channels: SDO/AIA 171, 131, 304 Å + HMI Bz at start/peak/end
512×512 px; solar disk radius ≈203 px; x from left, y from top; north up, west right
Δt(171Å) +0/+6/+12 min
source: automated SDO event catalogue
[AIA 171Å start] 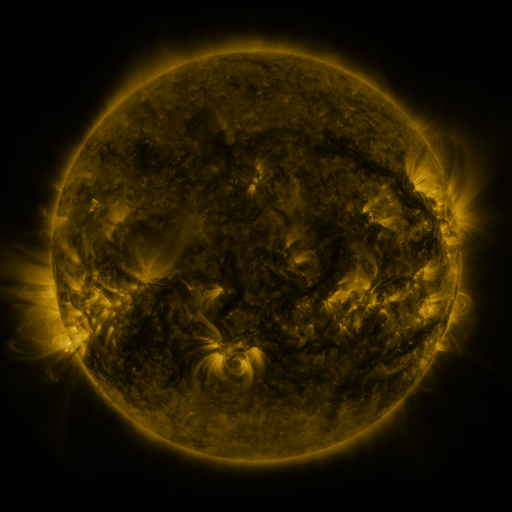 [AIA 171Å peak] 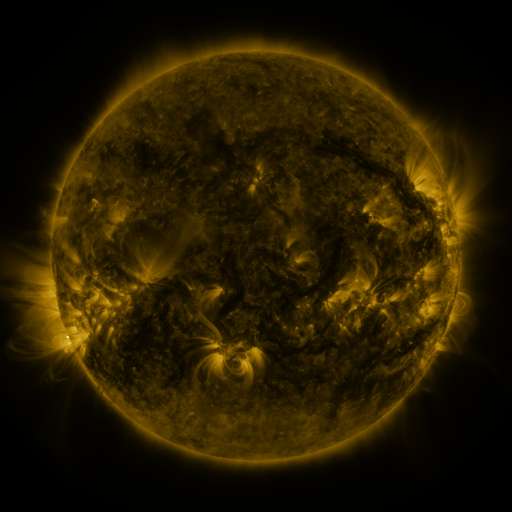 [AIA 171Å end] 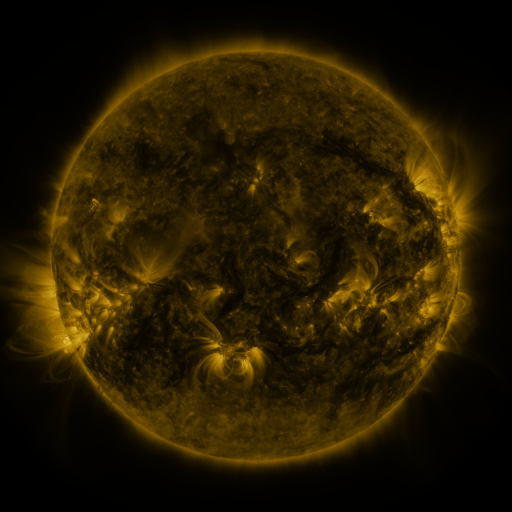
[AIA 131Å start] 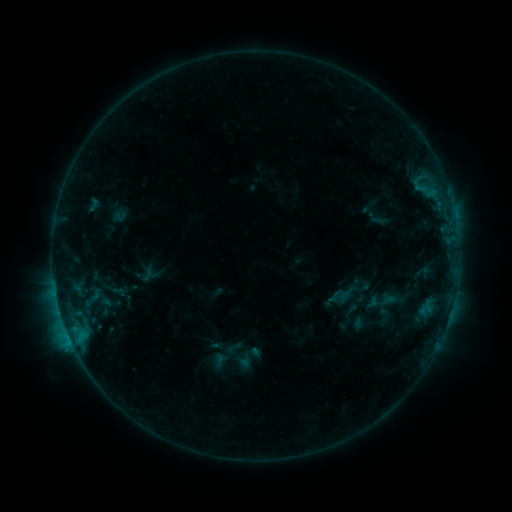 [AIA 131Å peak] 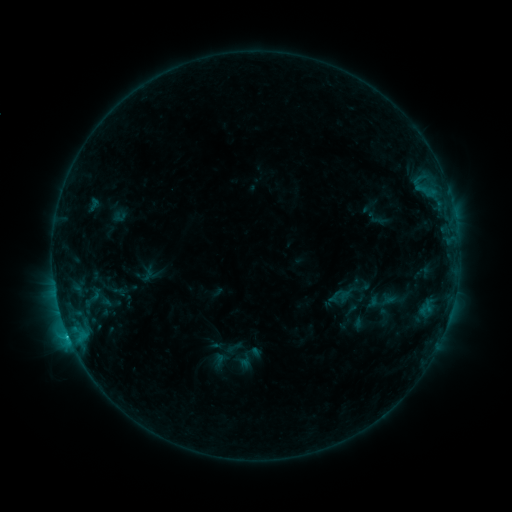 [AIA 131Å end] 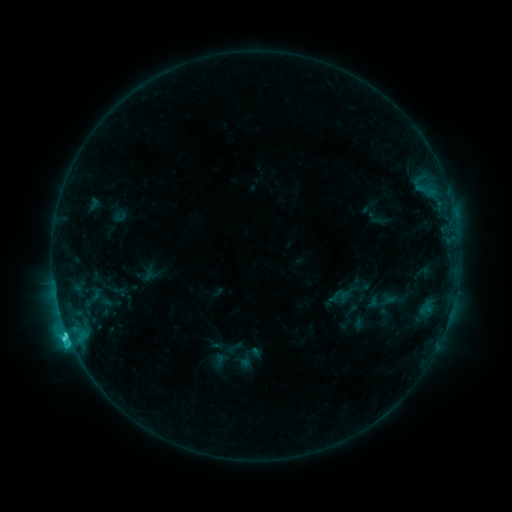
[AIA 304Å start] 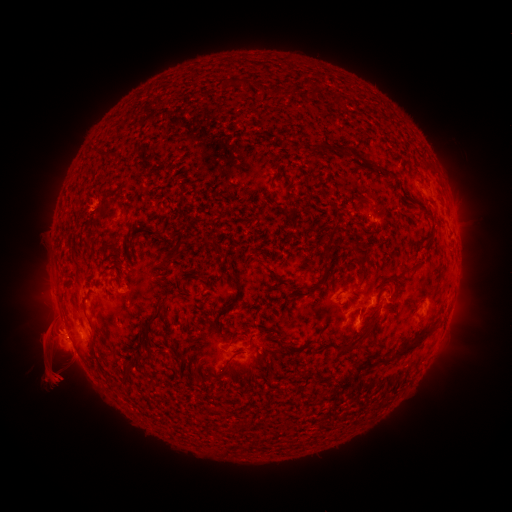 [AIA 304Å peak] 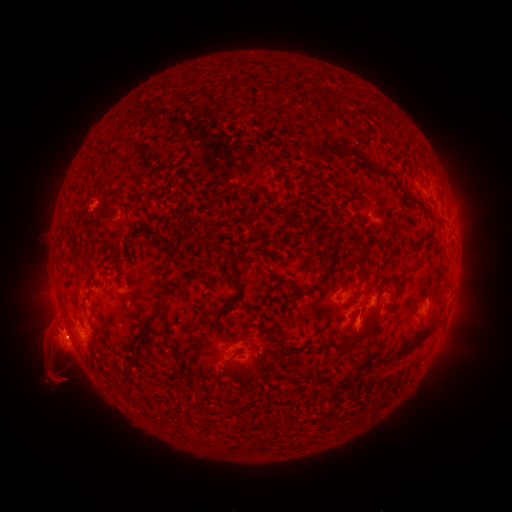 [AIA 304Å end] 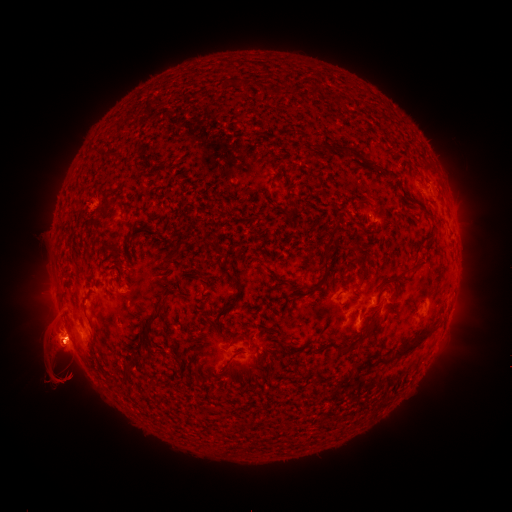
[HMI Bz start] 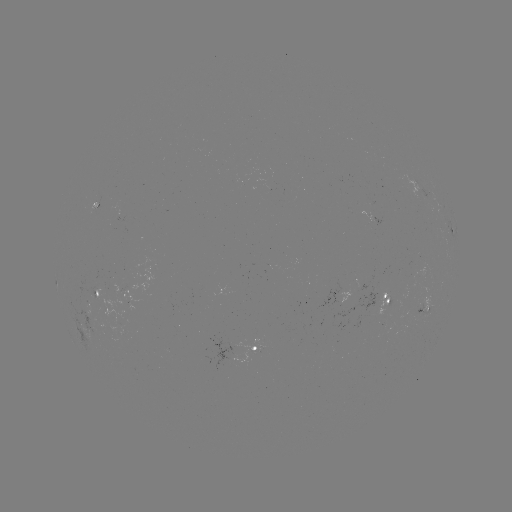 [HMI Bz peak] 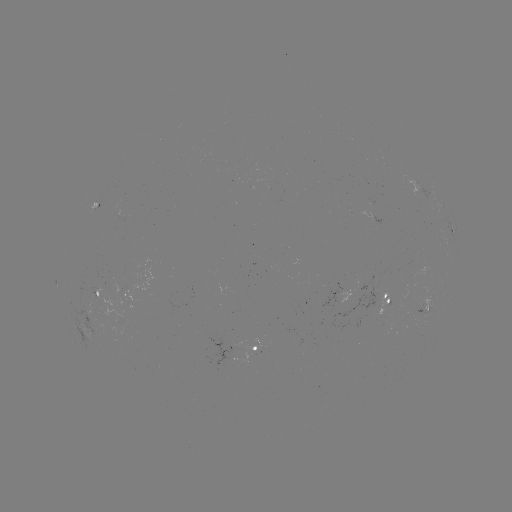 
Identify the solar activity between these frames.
C8.9 flare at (69, 334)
